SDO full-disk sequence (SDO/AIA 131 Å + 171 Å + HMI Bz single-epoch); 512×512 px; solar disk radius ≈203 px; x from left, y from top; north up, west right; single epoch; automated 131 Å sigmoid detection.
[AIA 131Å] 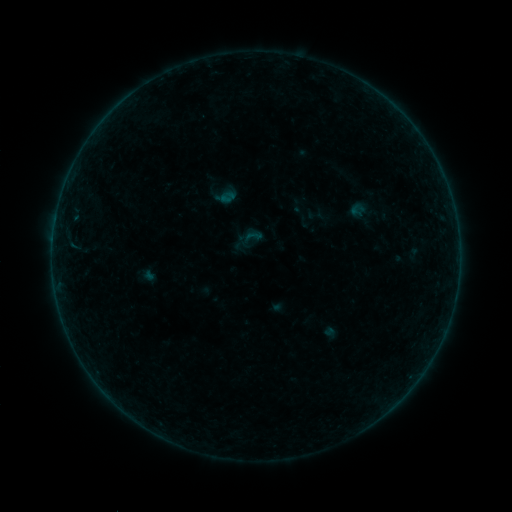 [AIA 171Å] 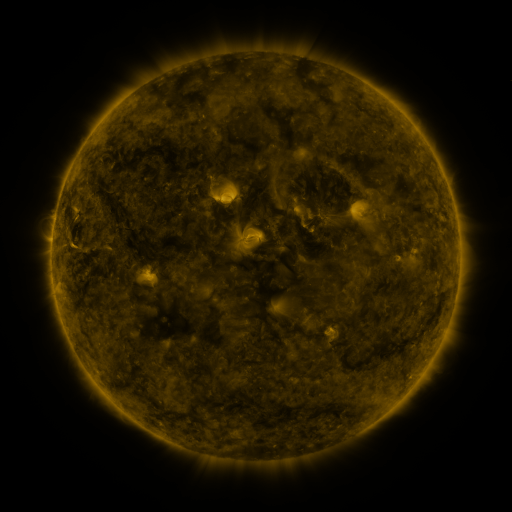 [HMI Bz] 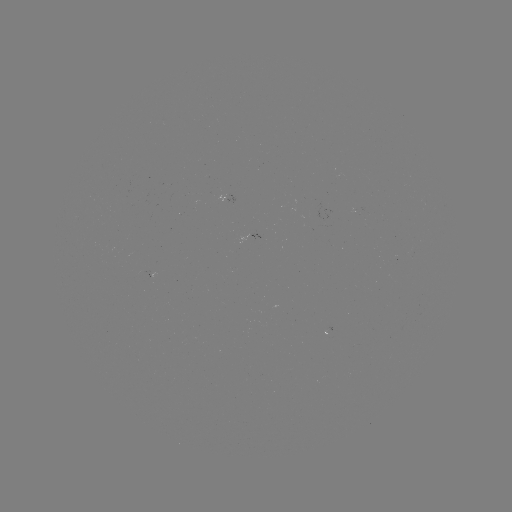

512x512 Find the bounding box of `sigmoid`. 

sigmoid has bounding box [244, 227, 263, 245].